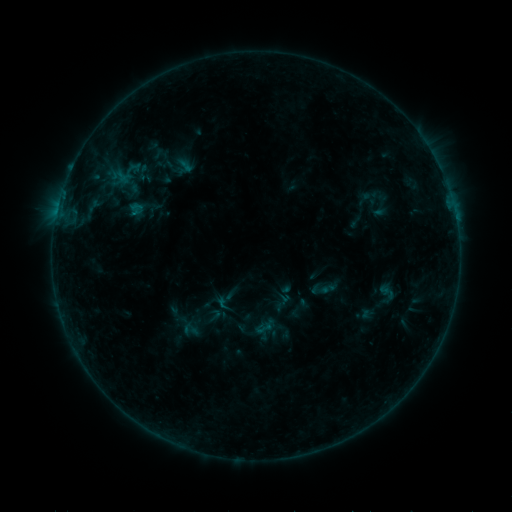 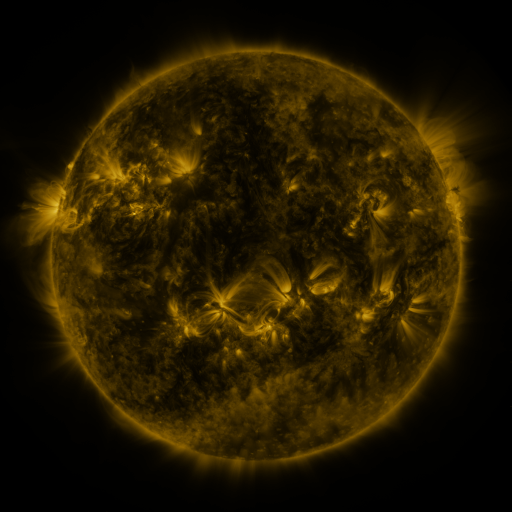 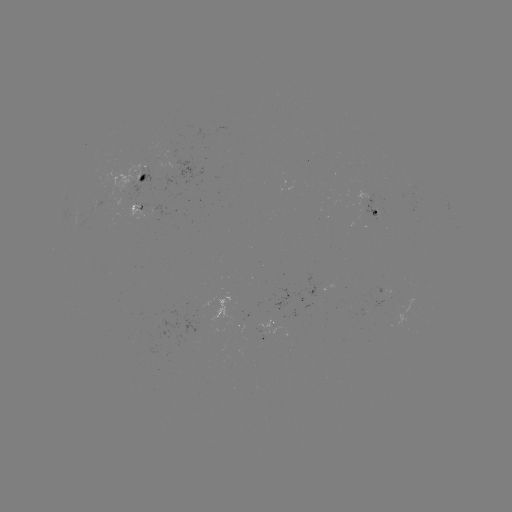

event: sigmoid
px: (263, 328)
